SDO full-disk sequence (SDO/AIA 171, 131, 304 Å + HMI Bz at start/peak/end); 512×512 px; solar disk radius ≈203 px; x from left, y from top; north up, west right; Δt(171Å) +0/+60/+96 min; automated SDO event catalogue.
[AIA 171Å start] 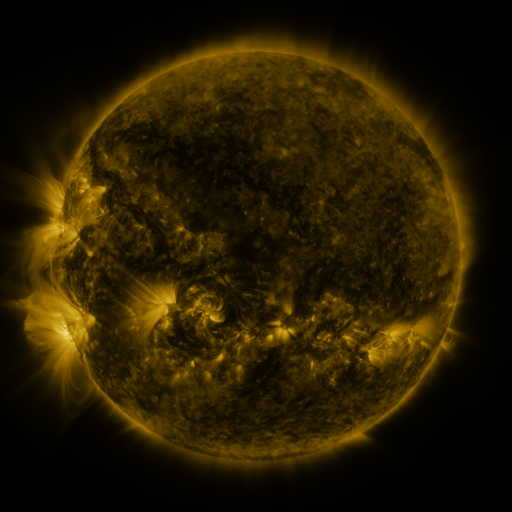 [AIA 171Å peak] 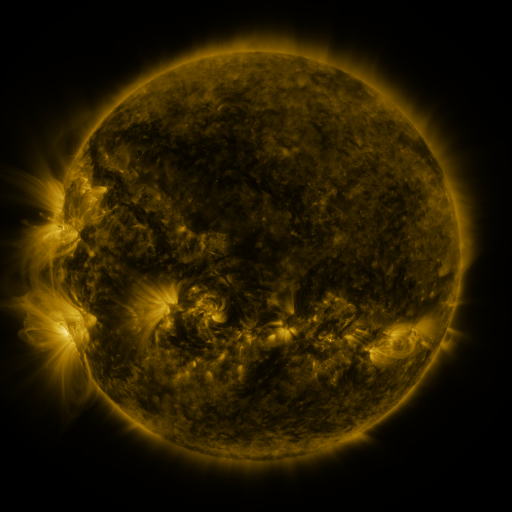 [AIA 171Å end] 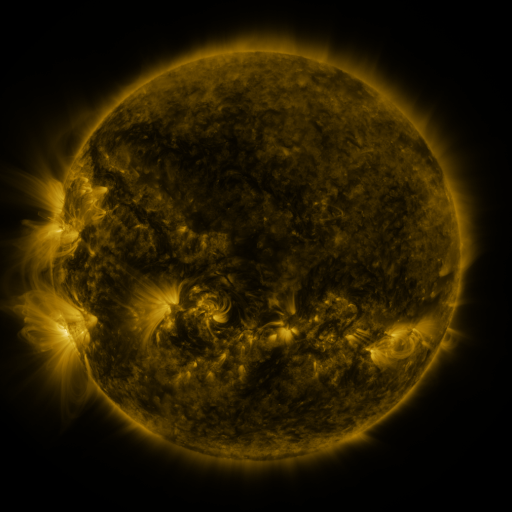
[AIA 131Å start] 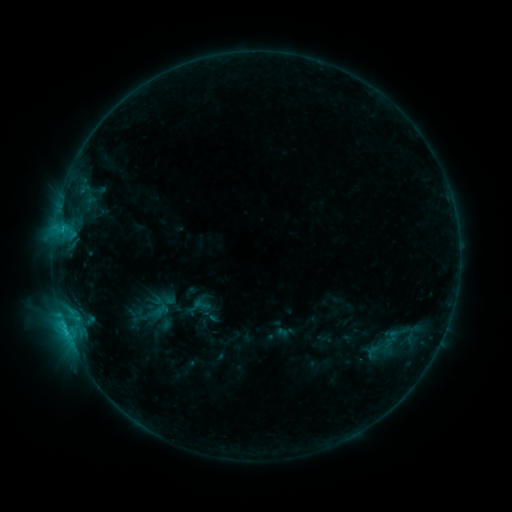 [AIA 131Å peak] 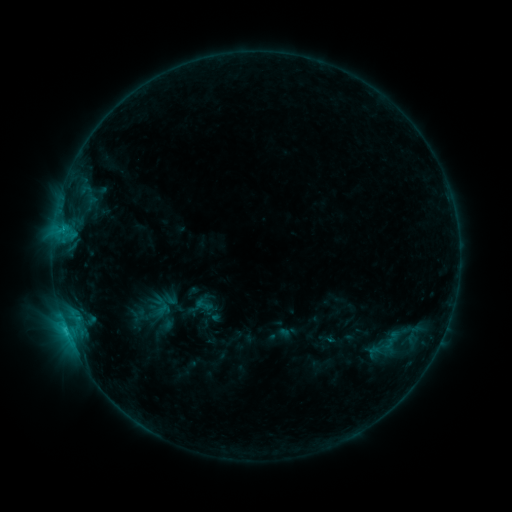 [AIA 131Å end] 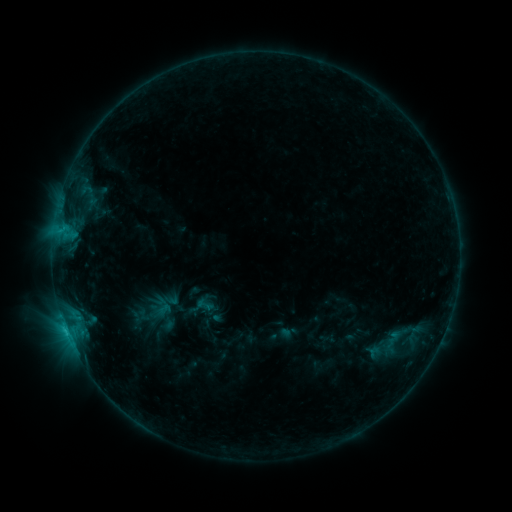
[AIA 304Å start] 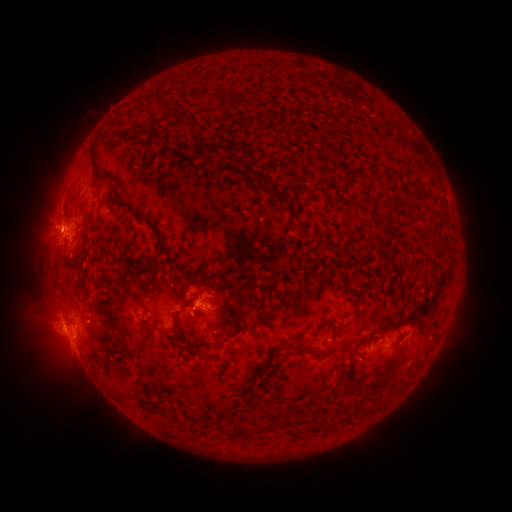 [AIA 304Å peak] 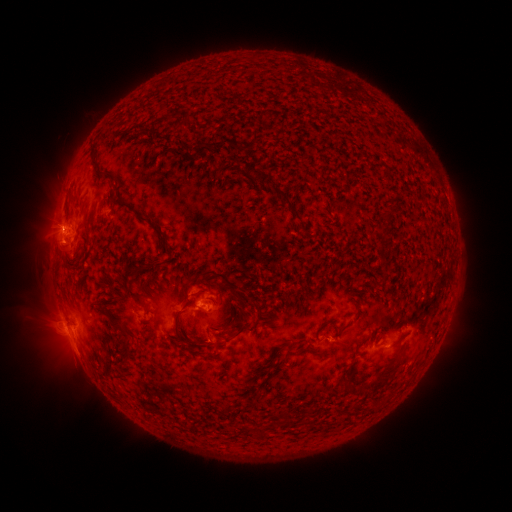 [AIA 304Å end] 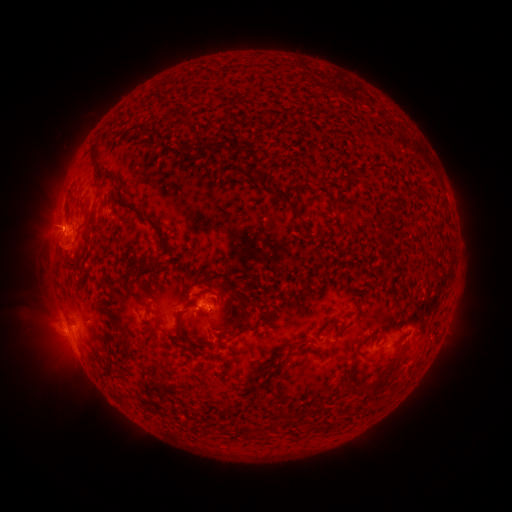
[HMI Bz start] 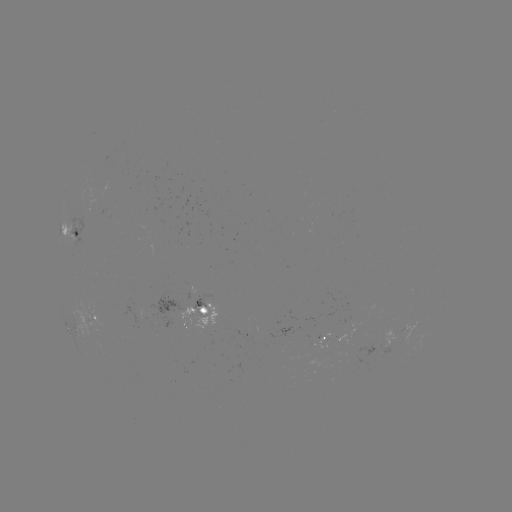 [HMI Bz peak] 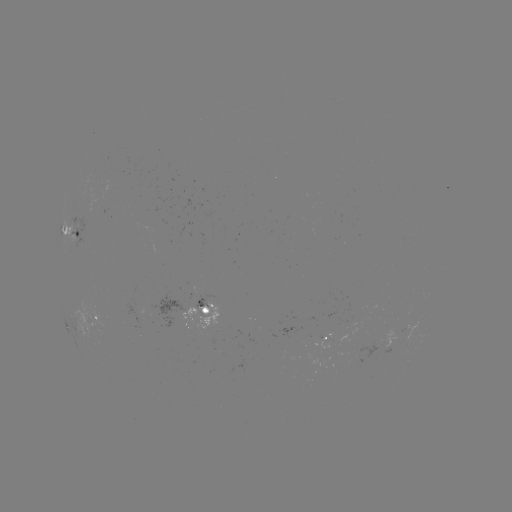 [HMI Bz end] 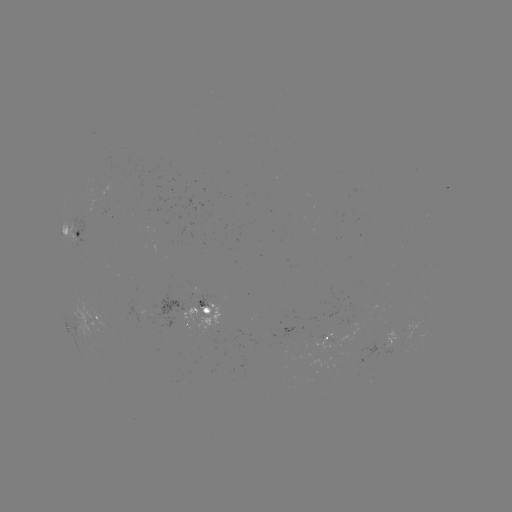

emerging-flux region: [384, 327, 395, 348]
